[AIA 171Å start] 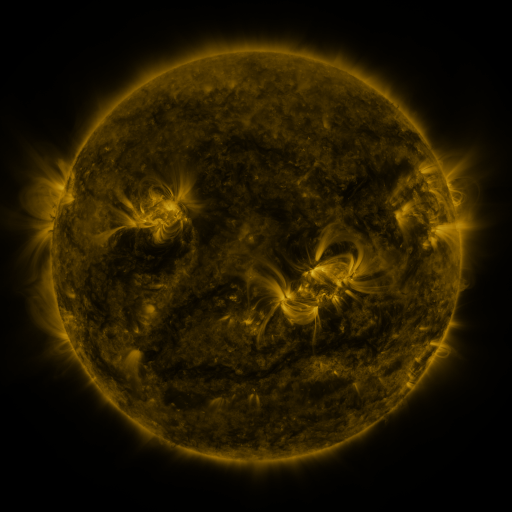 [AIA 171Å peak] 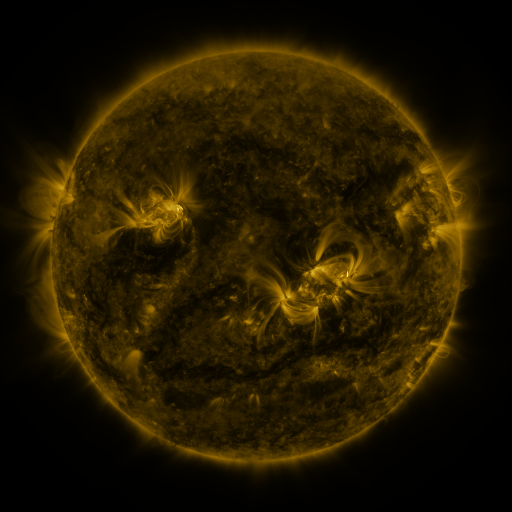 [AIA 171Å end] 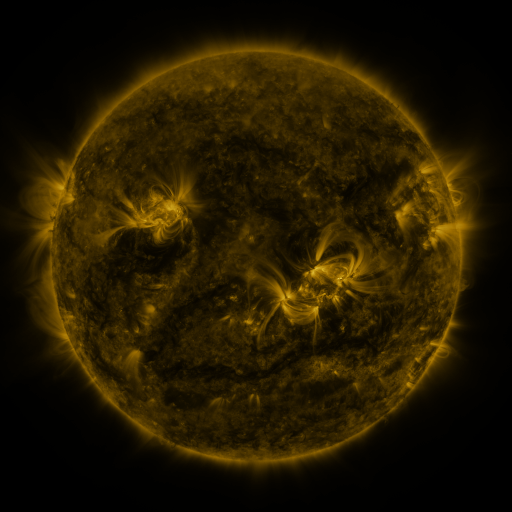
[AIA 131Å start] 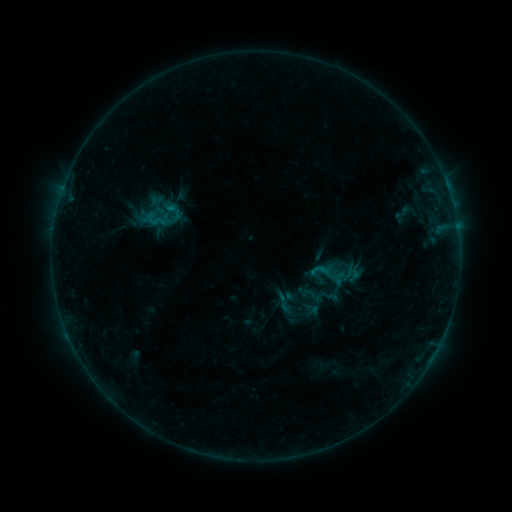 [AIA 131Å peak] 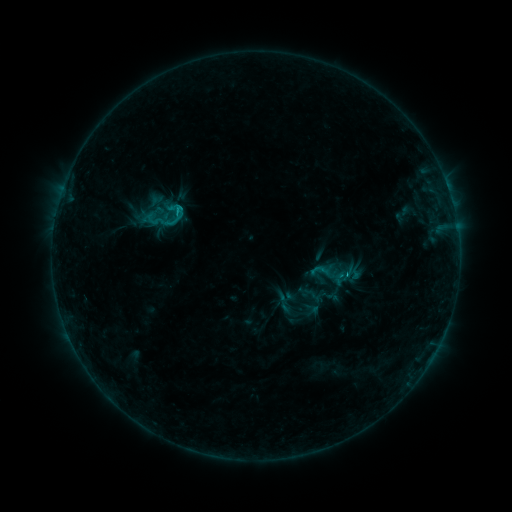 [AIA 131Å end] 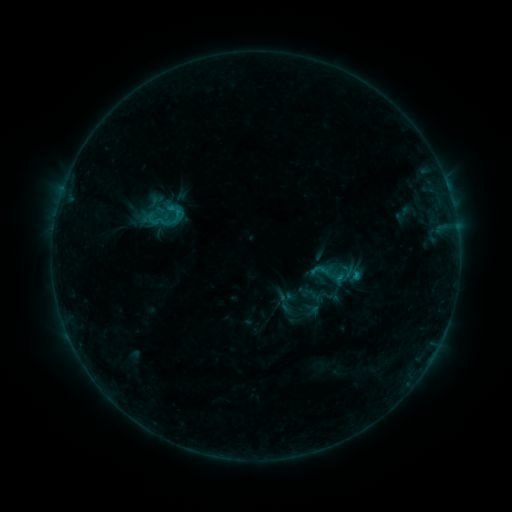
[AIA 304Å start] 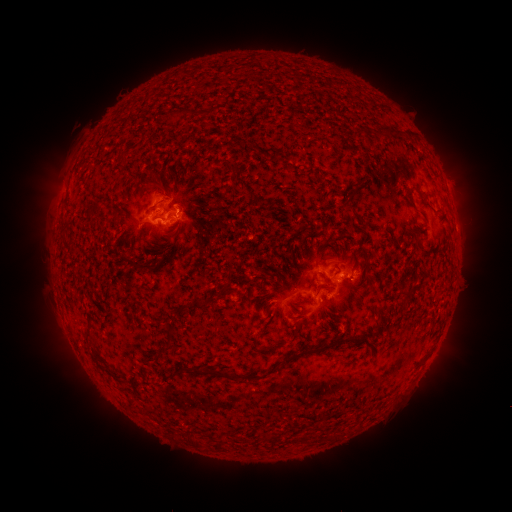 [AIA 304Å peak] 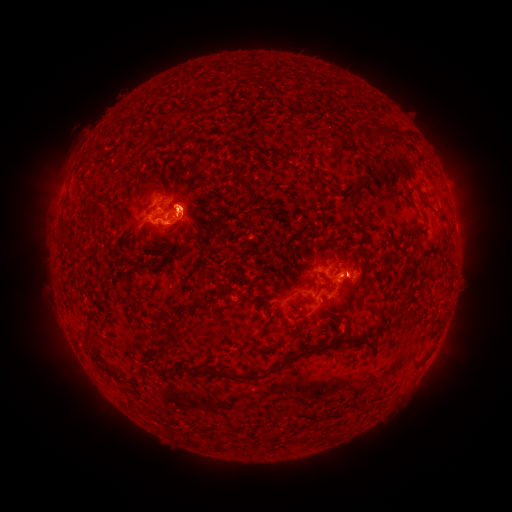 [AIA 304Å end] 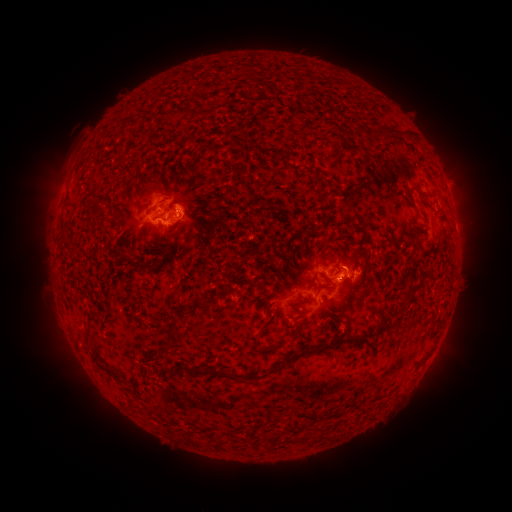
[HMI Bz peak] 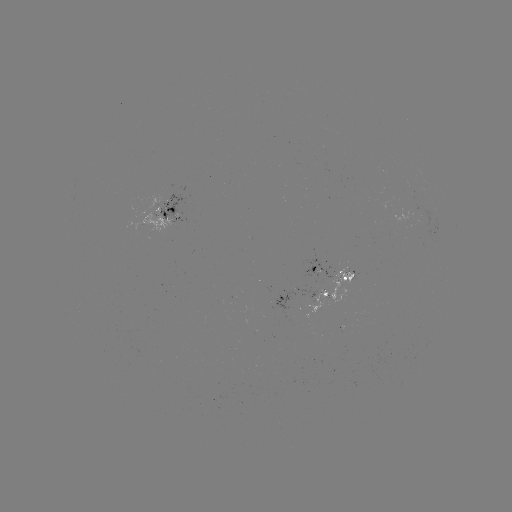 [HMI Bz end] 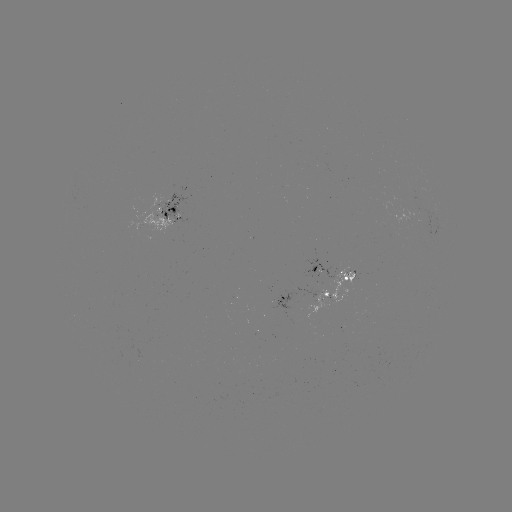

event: eruption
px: (192, 211)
